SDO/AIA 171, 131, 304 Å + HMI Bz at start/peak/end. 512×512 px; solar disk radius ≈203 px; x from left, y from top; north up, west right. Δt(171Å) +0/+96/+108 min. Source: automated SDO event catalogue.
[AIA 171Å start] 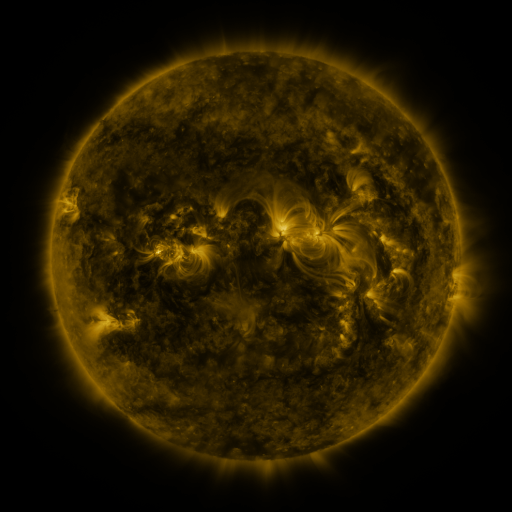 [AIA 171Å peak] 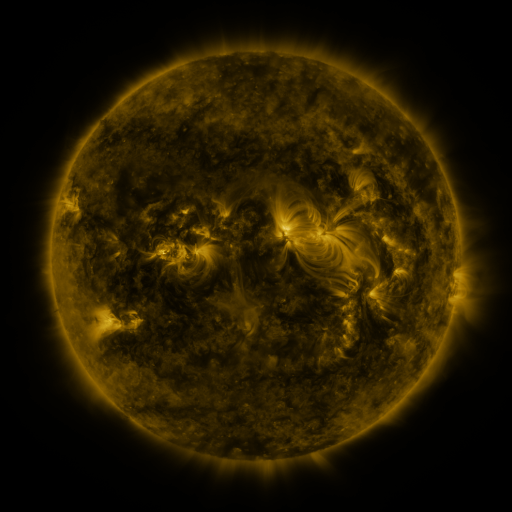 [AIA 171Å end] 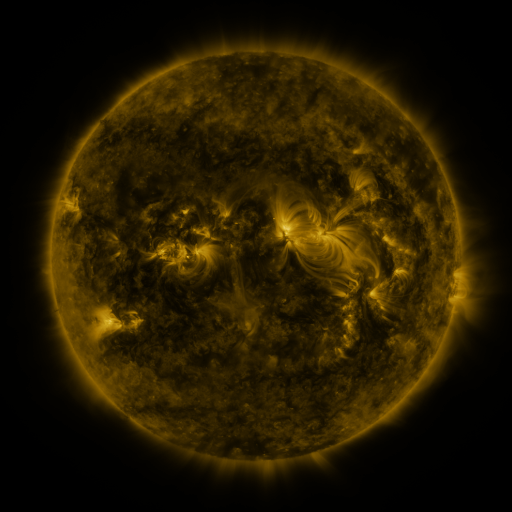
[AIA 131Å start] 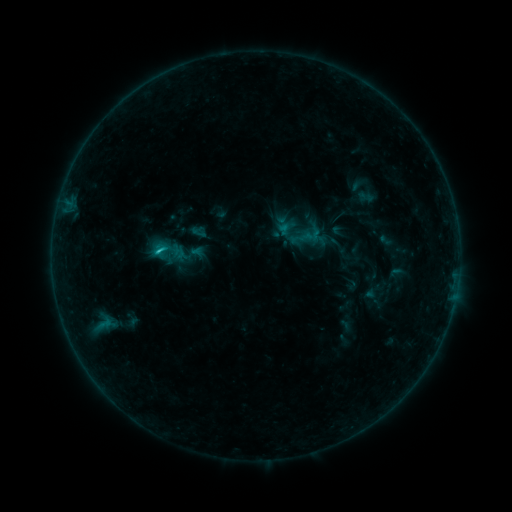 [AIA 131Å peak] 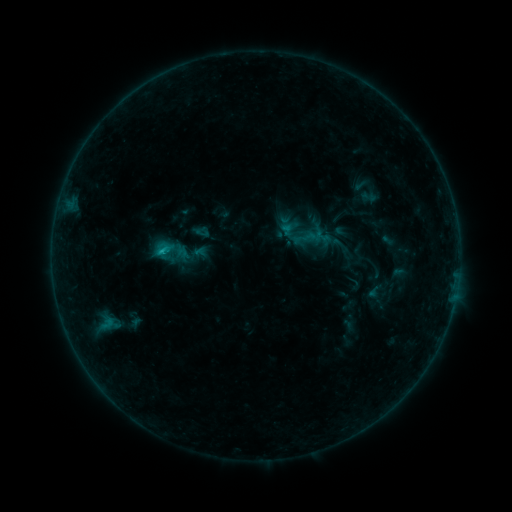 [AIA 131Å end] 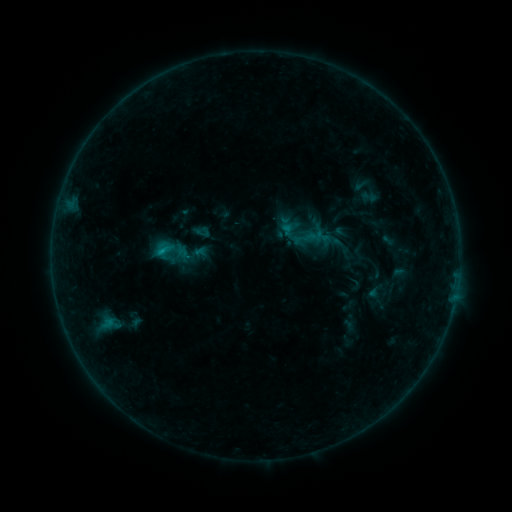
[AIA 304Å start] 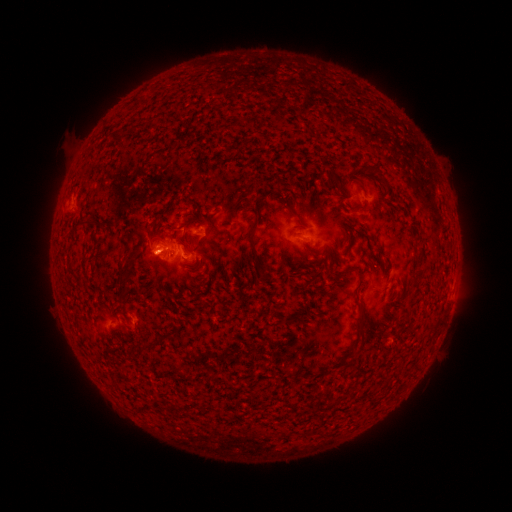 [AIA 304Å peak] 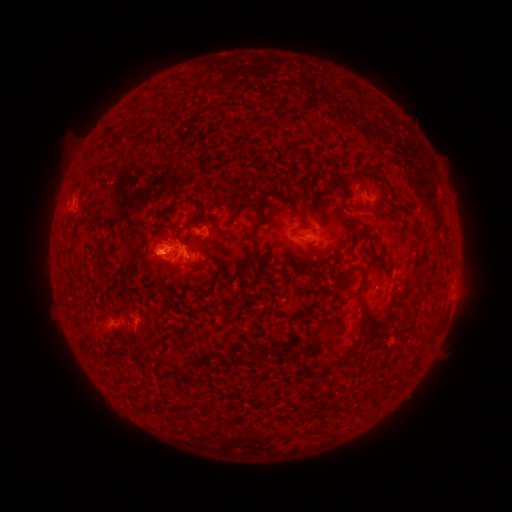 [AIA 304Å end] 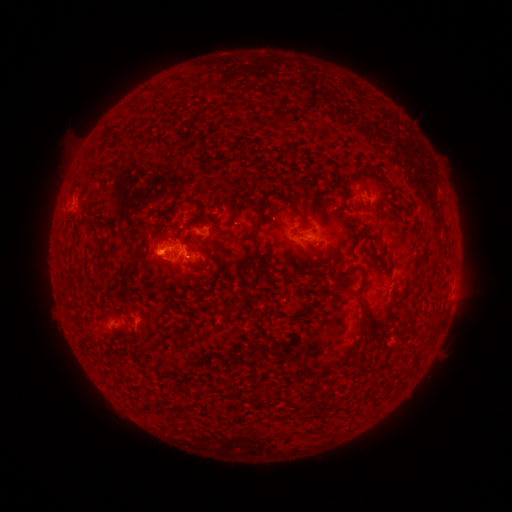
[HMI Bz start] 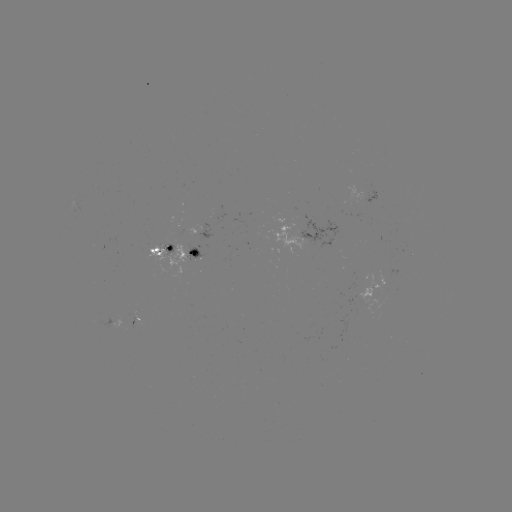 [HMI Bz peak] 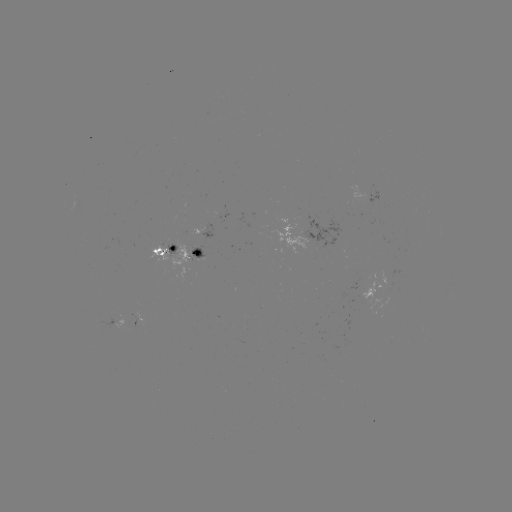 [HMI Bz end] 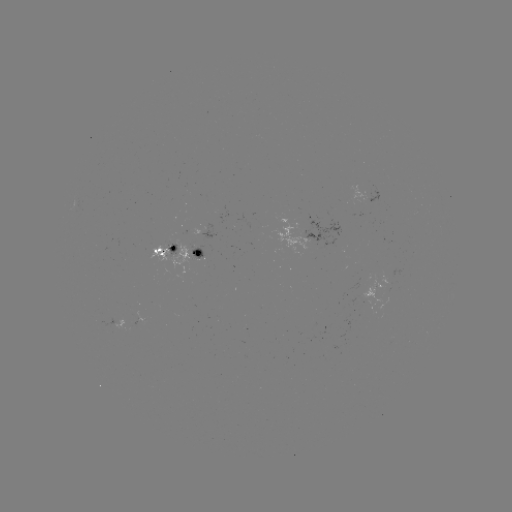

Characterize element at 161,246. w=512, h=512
emerging-flux region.